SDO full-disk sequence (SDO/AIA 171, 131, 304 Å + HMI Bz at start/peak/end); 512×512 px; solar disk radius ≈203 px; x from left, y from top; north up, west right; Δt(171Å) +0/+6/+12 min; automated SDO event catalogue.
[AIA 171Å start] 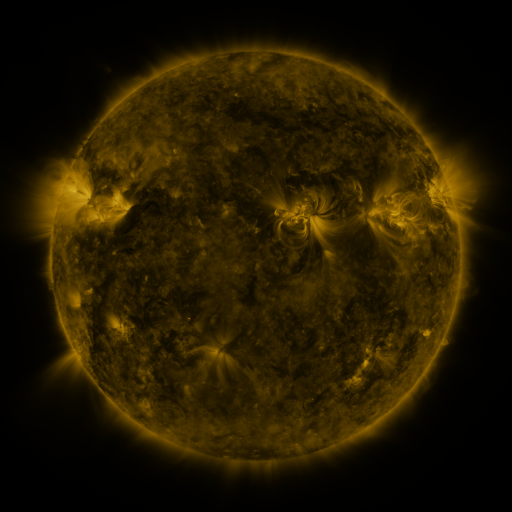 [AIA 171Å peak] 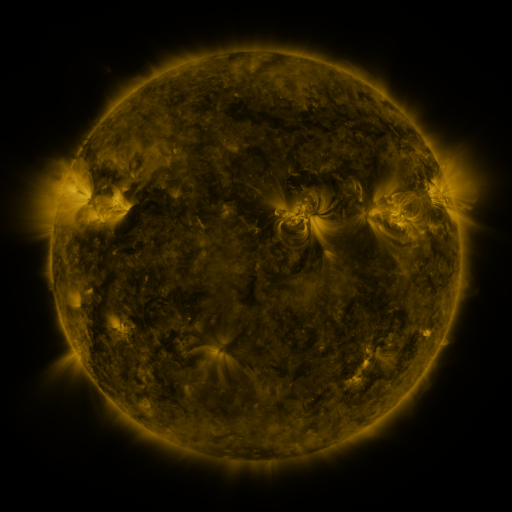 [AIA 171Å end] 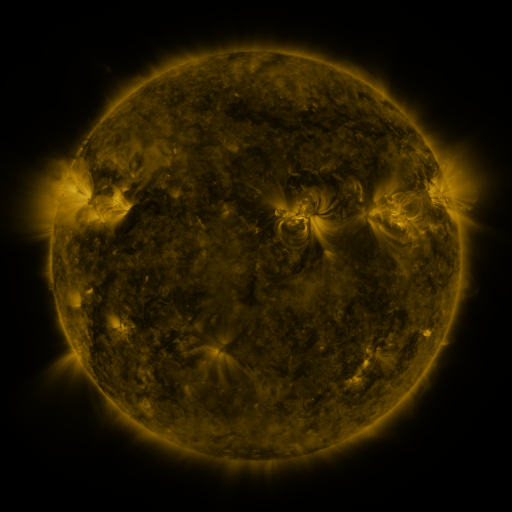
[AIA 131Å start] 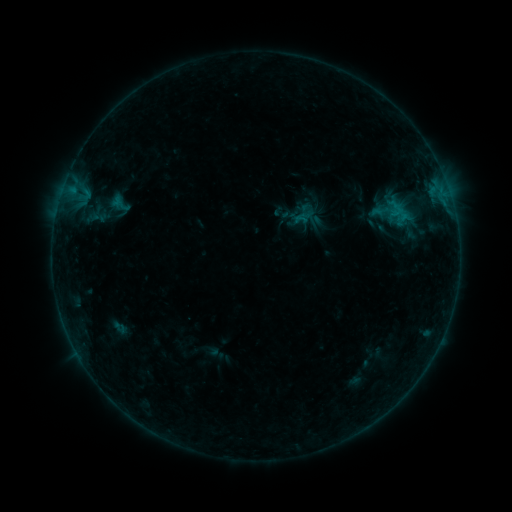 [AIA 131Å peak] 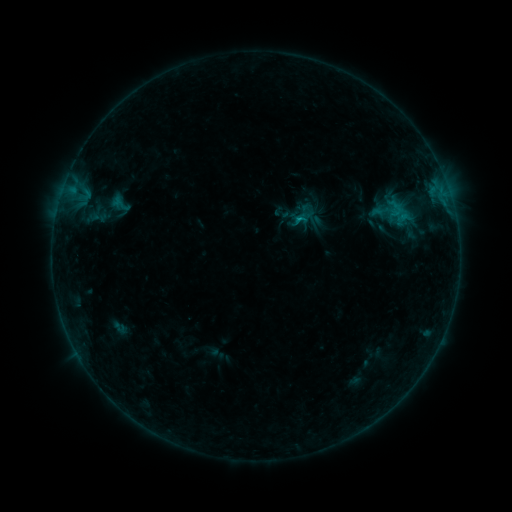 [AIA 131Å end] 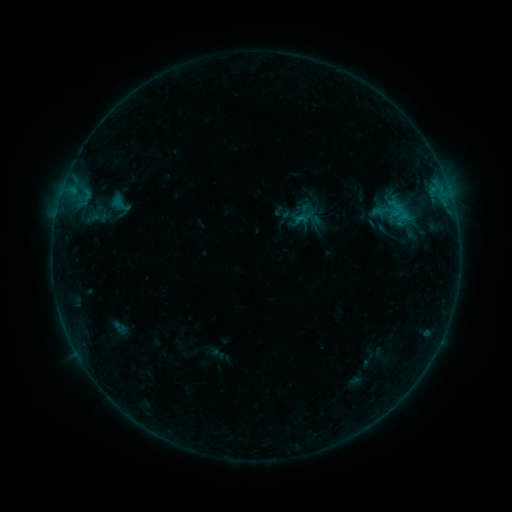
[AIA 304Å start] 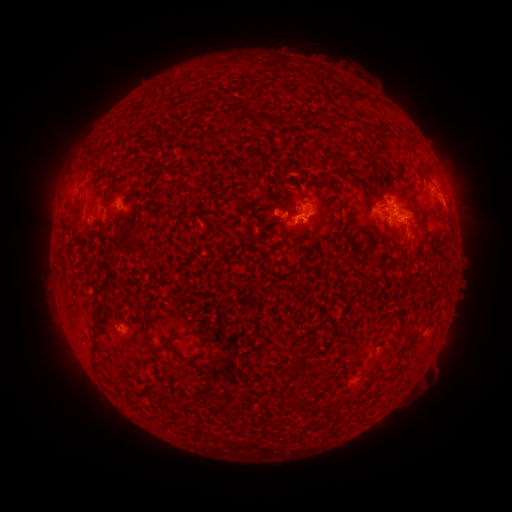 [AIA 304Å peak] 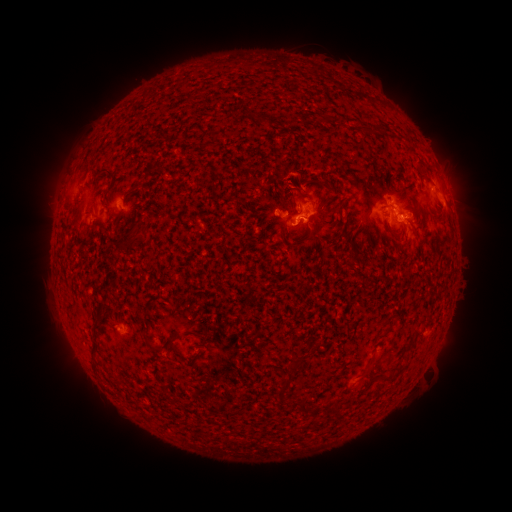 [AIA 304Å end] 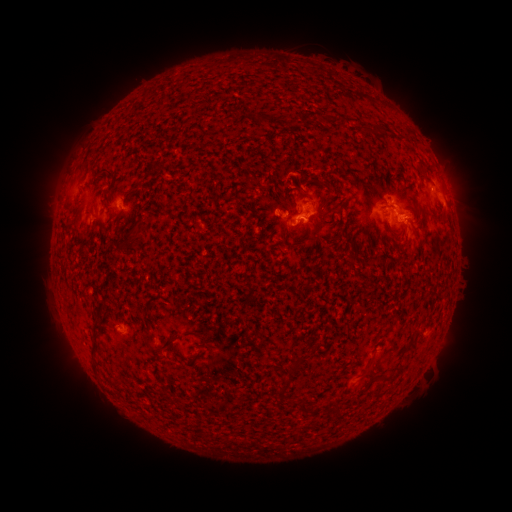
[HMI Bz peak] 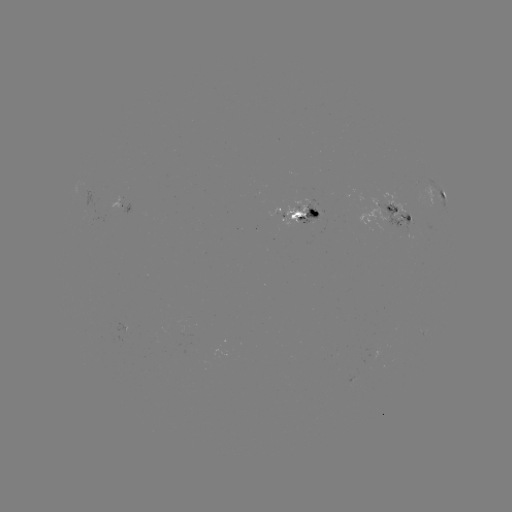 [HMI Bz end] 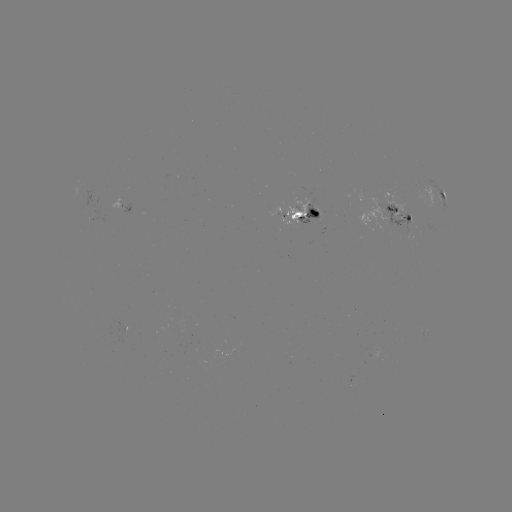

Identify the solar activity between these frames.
B6.8 flare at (296, 220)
